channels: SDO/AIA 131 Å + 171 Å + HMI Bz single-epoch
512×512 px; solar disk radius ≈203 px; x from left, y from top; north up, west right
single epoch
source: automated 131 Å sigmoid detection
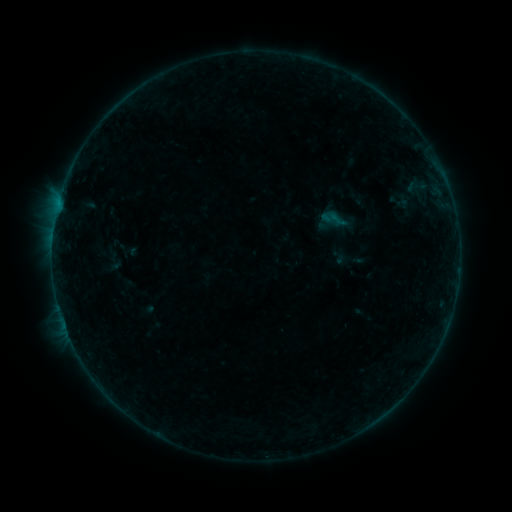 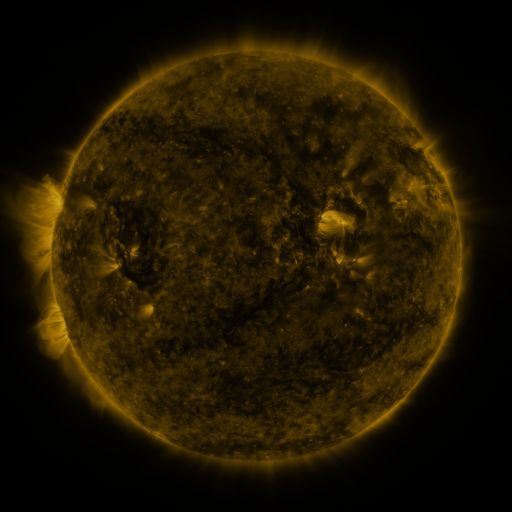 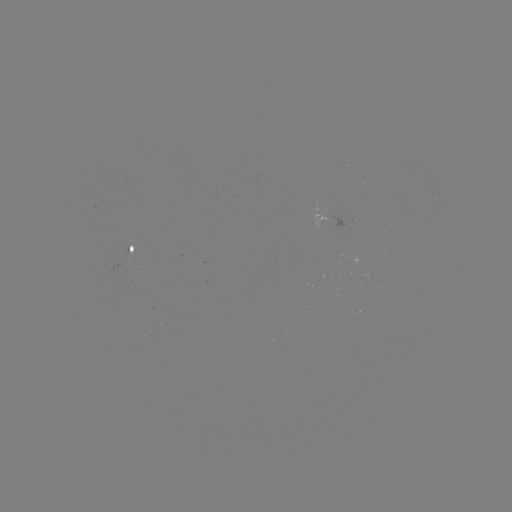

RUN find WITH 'sigmoid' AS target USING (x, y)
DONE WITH (334, 219) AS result